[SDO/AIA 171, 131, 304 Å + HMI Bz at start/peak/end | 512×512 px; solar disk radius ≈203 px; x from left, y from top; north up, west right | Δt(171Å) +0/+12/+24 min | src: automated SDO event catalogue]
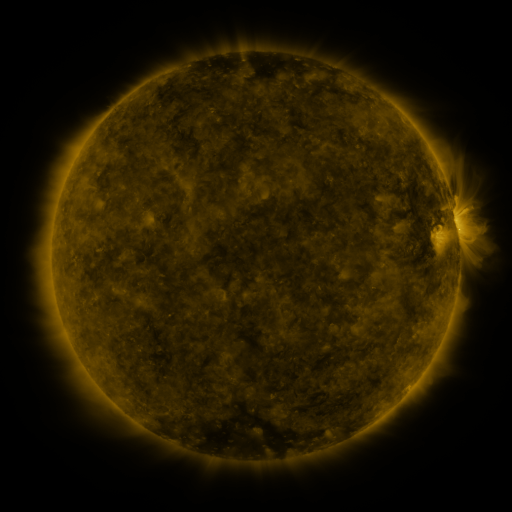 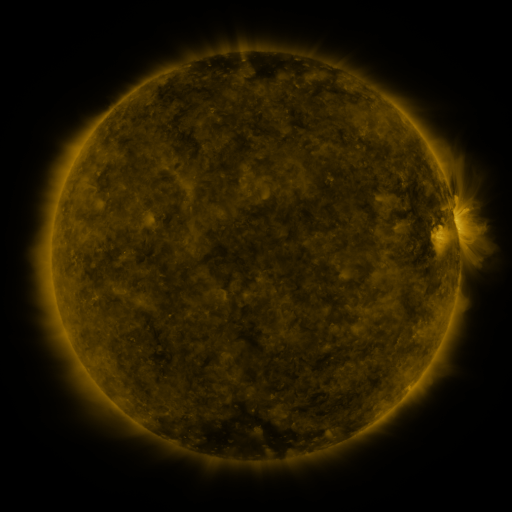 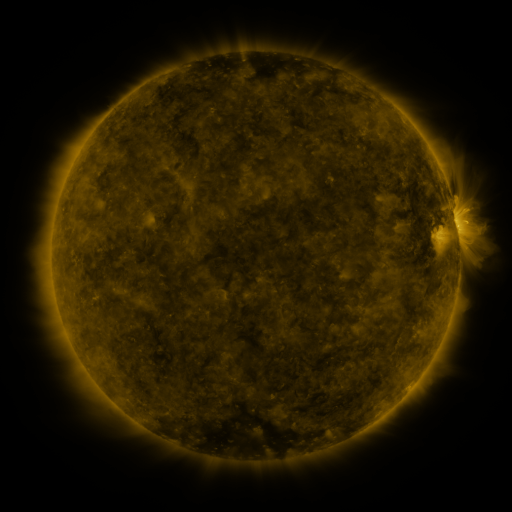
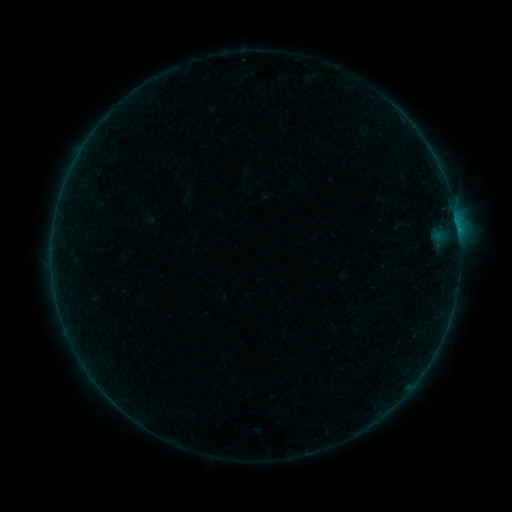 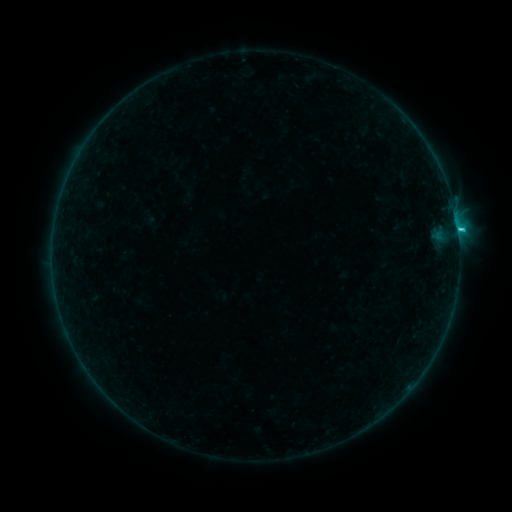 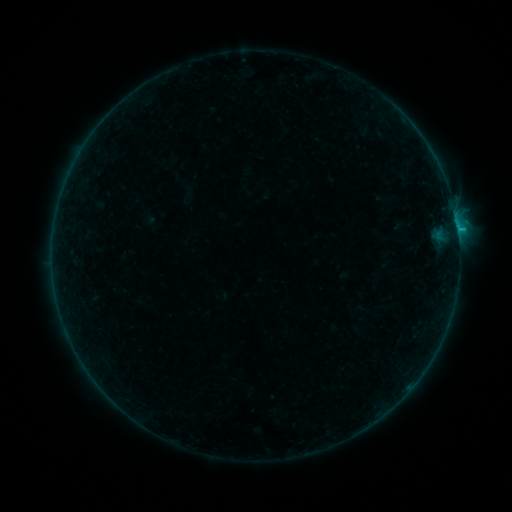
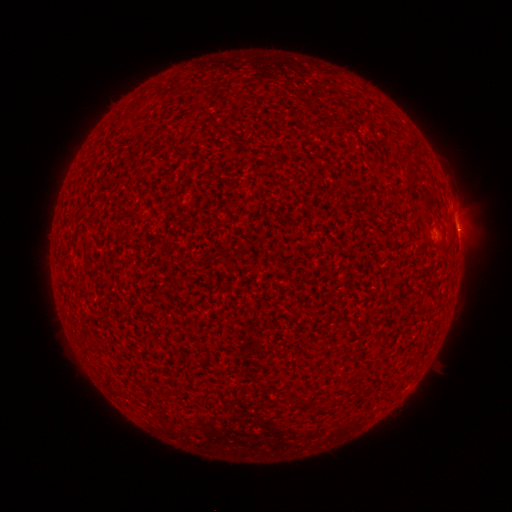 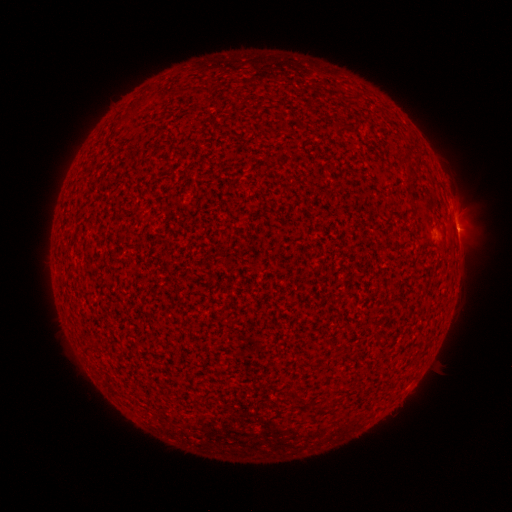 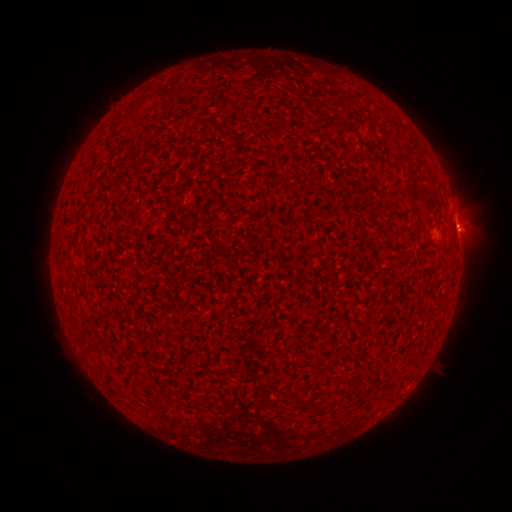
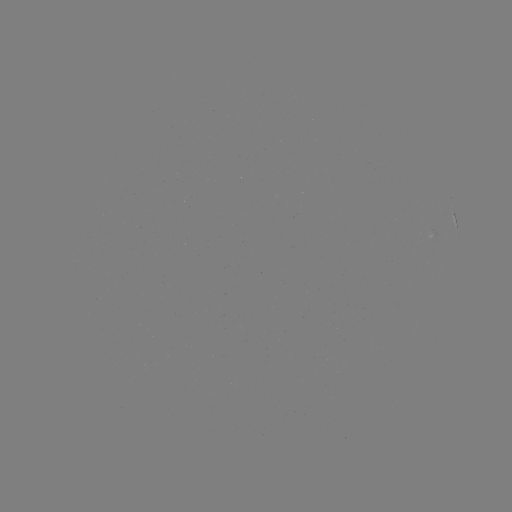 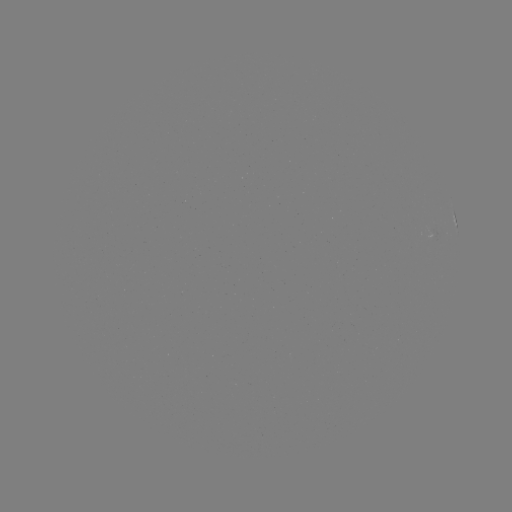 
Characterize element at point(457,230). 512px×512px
B9.6 flare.